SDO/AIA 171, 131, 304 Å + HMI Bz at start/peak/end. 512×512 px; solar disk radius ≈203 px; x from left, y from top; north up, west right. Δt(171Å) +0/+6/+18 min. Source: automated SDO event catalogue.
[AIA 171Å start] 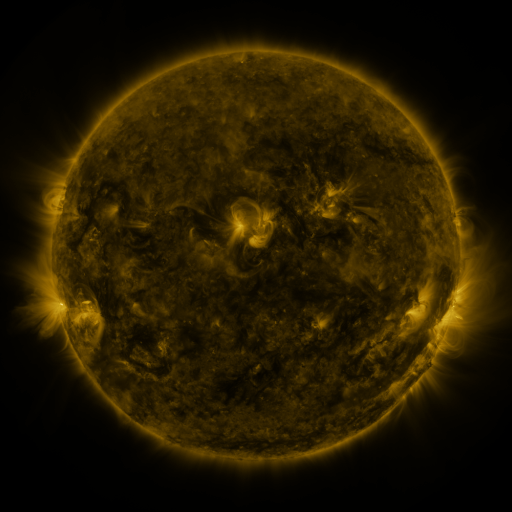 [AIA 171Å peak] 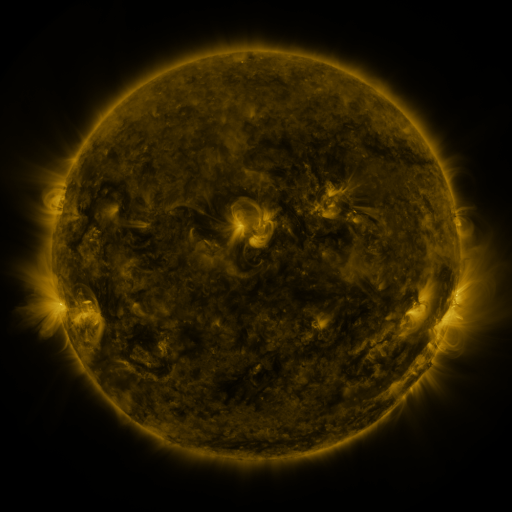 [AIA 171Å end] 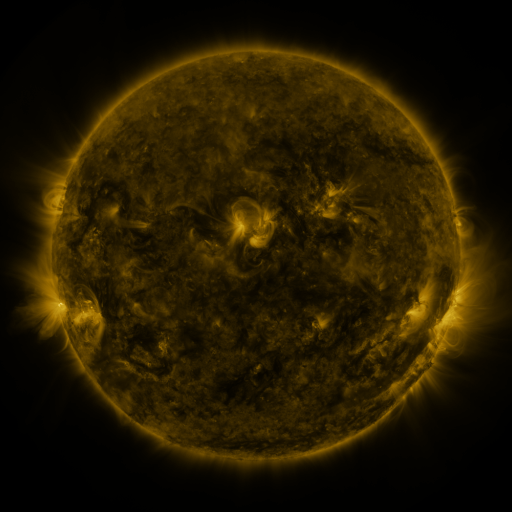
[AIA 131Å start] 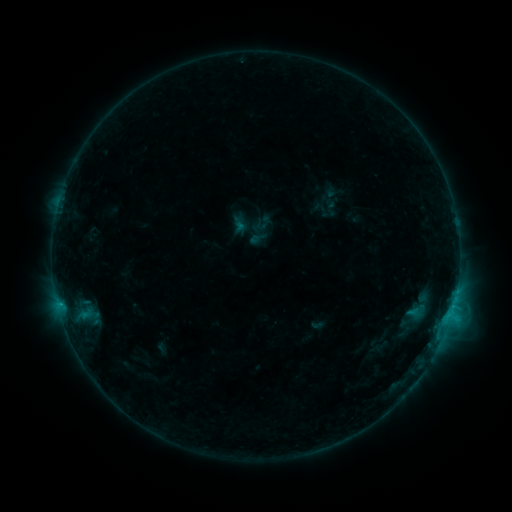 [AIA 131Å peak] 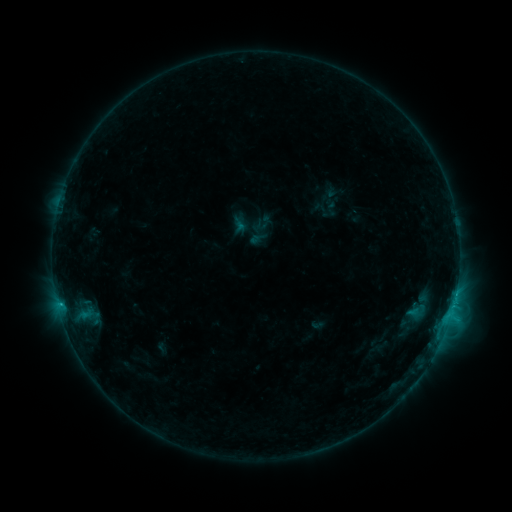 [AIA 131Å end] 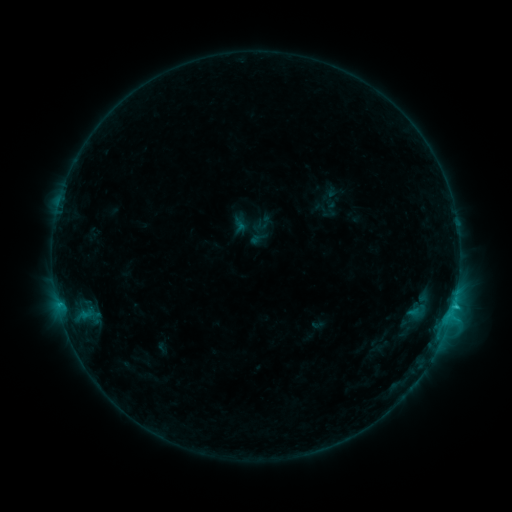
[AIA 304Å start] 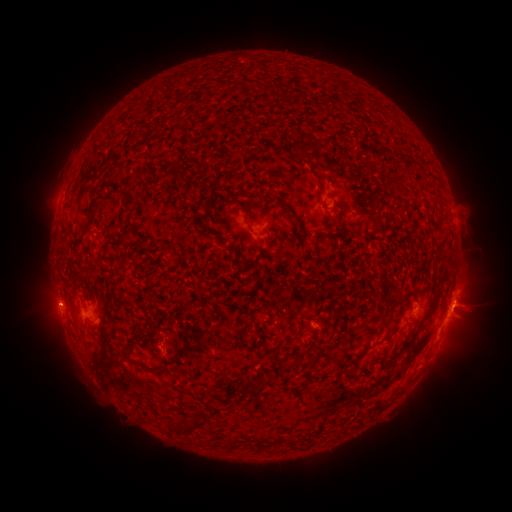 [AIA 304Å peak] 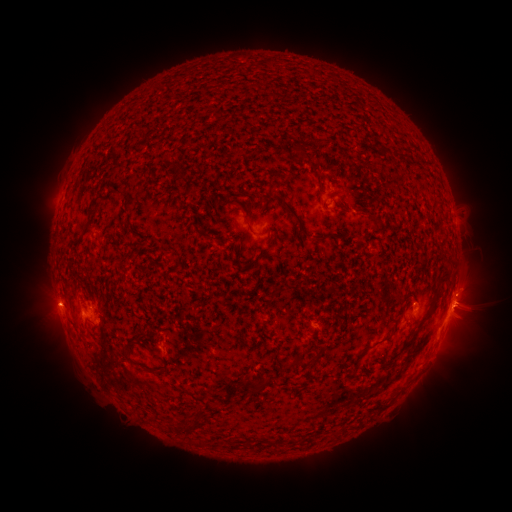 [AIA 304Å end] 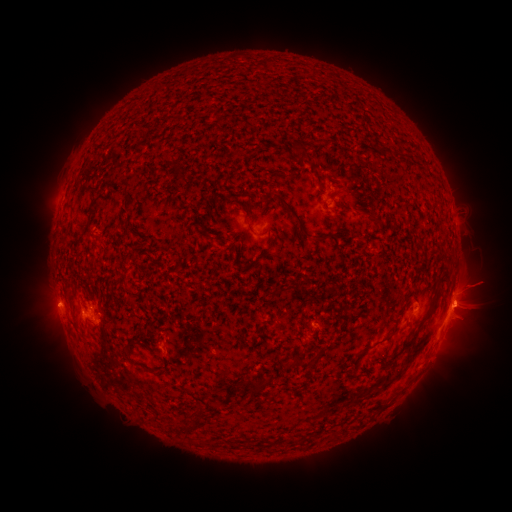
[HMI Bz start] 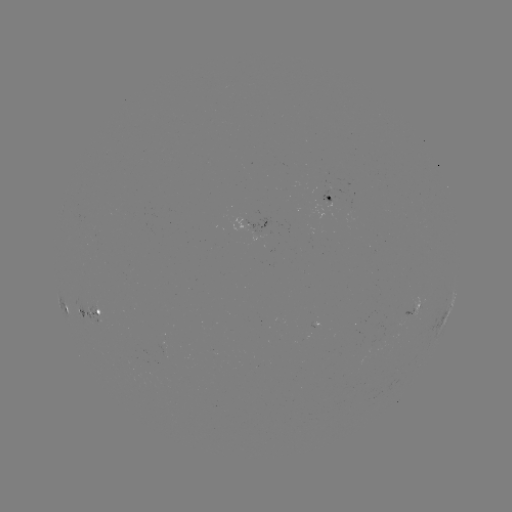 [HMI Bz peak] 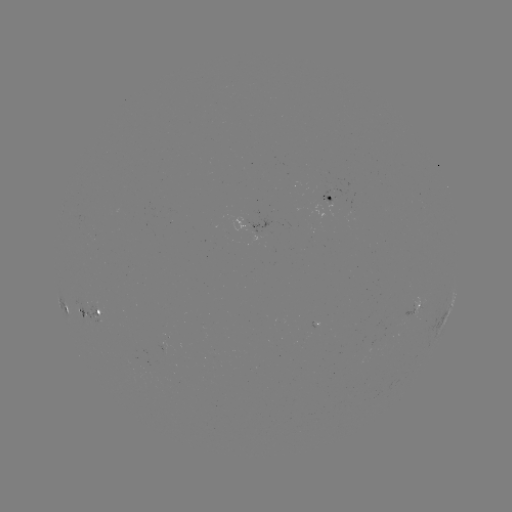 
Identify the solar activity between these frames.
C2.9 flare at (455, 290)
